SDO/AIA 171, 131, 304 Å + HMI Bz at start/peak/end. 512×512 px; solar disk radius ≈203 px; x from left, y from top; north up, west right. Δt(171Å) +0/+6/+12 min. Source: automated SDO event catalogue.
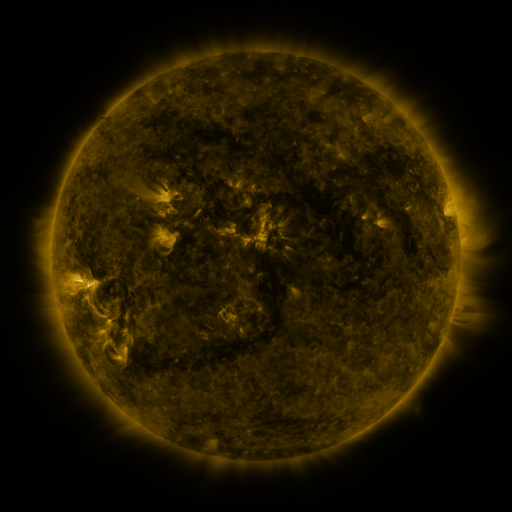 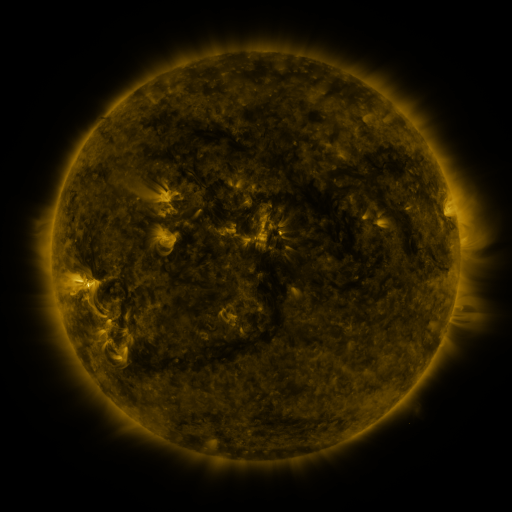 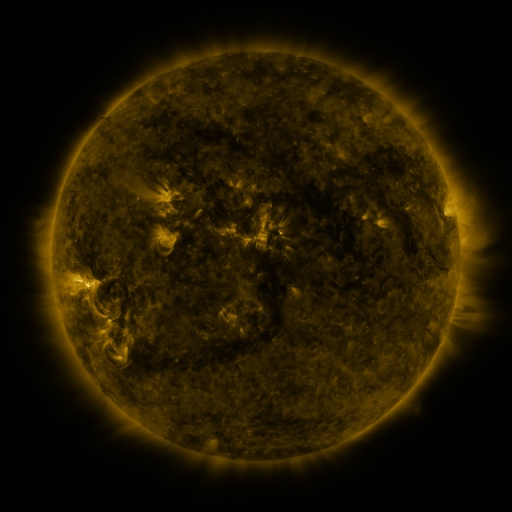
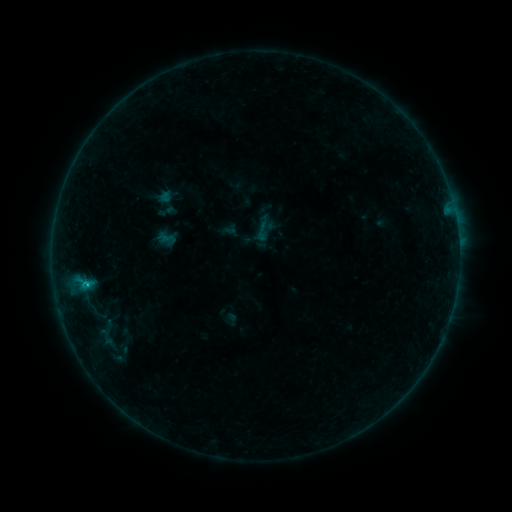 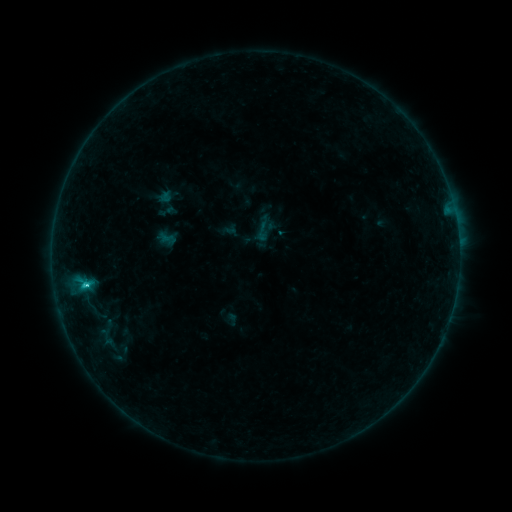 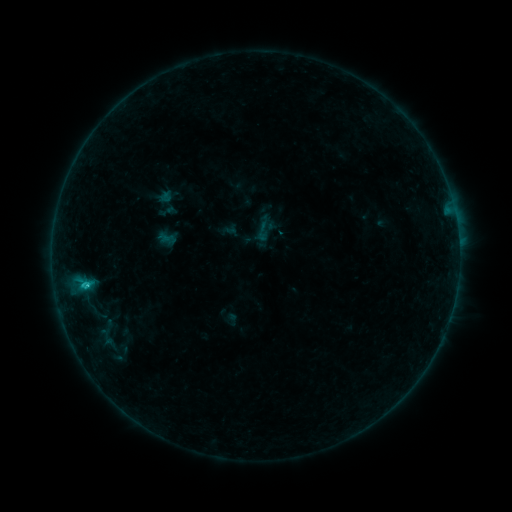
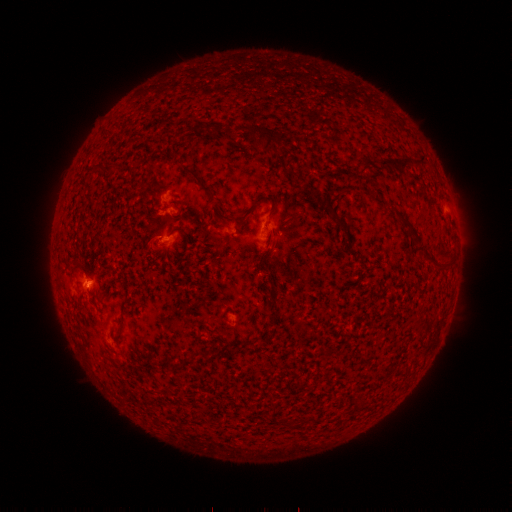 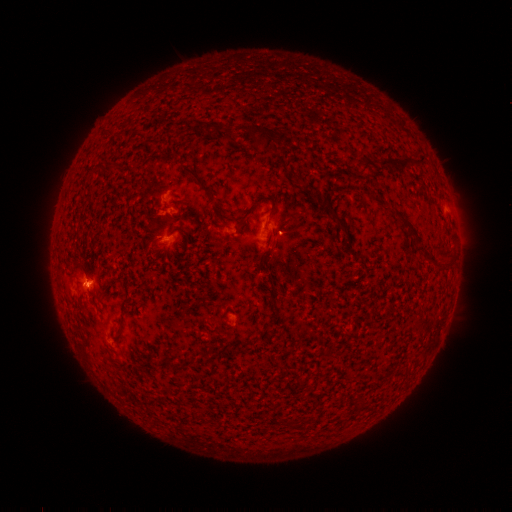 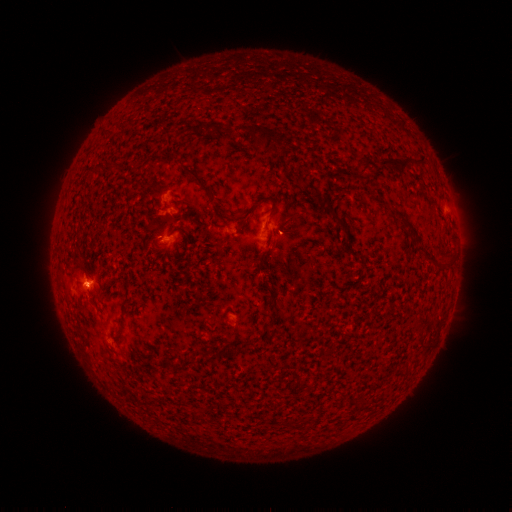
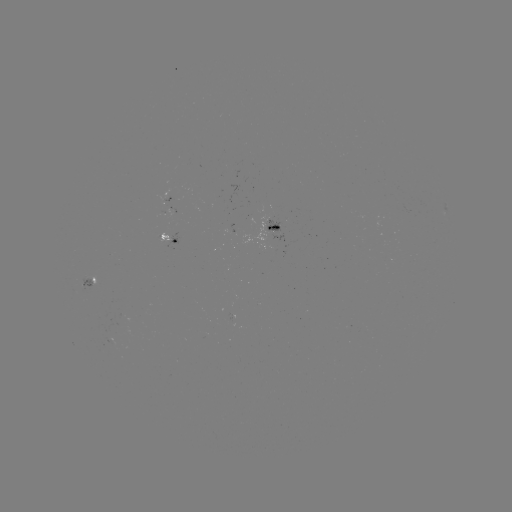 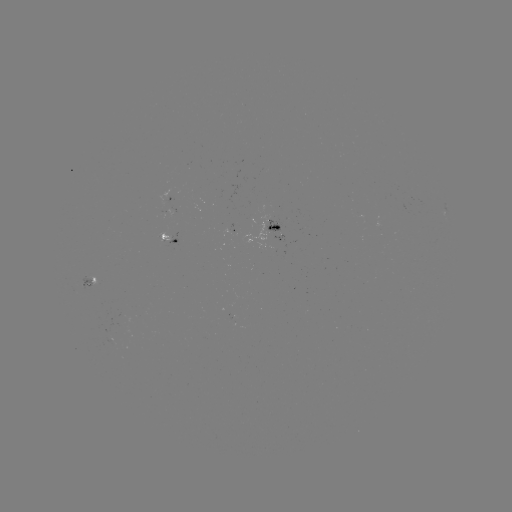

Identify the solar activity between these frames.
C1.1 flare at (88, 282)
